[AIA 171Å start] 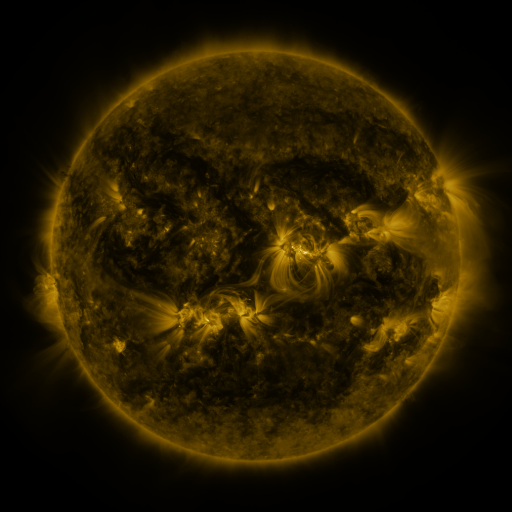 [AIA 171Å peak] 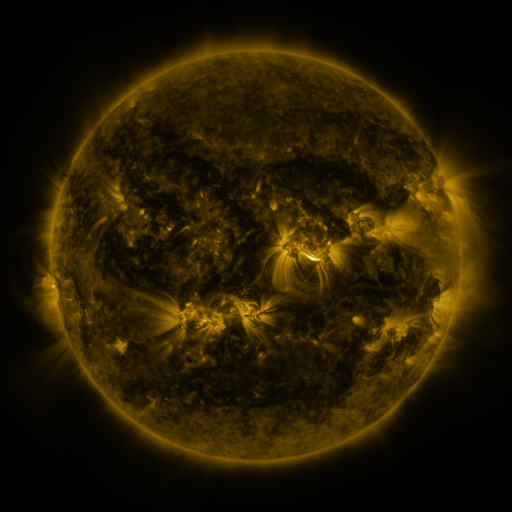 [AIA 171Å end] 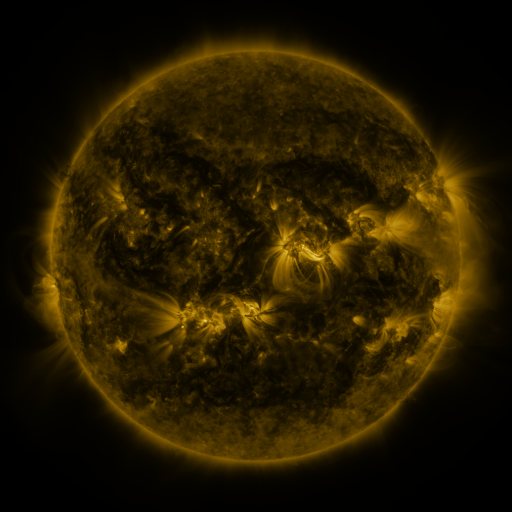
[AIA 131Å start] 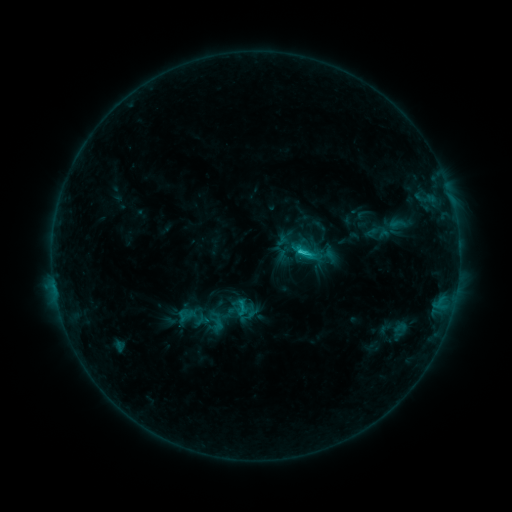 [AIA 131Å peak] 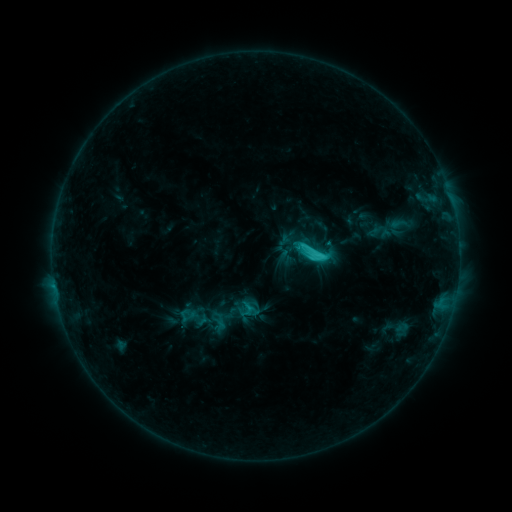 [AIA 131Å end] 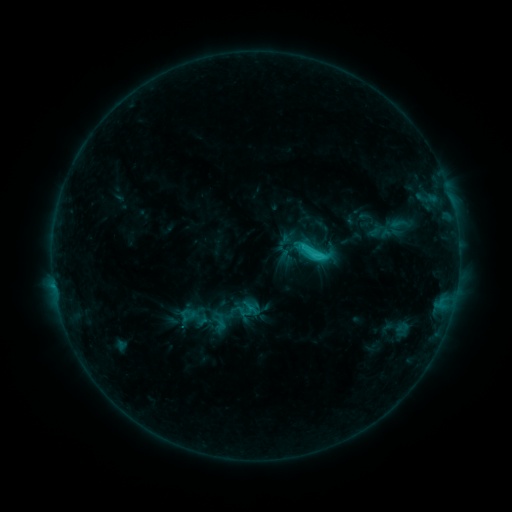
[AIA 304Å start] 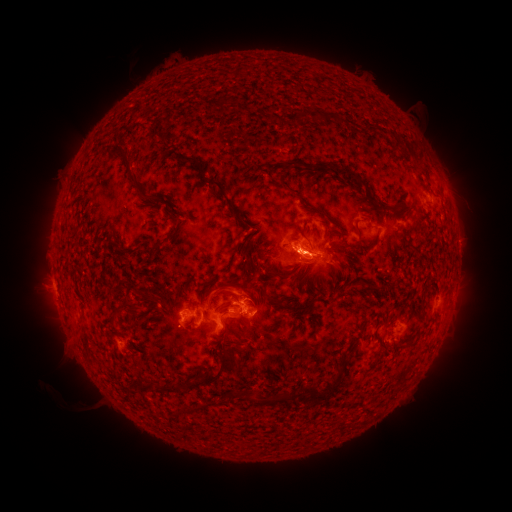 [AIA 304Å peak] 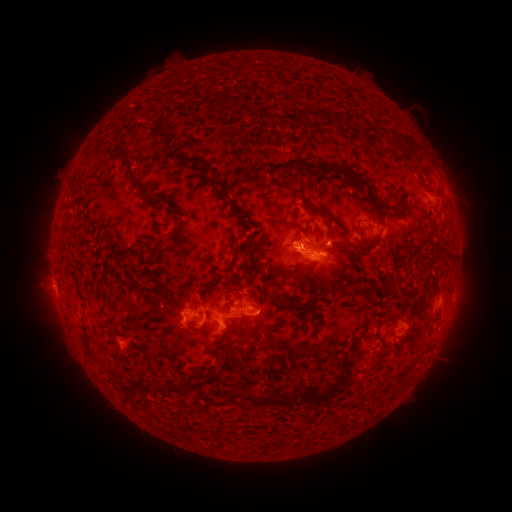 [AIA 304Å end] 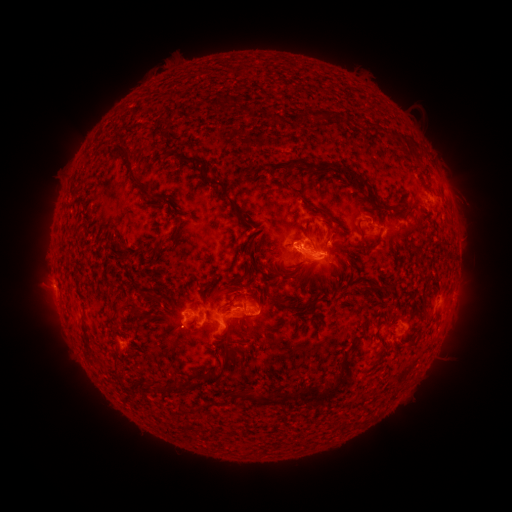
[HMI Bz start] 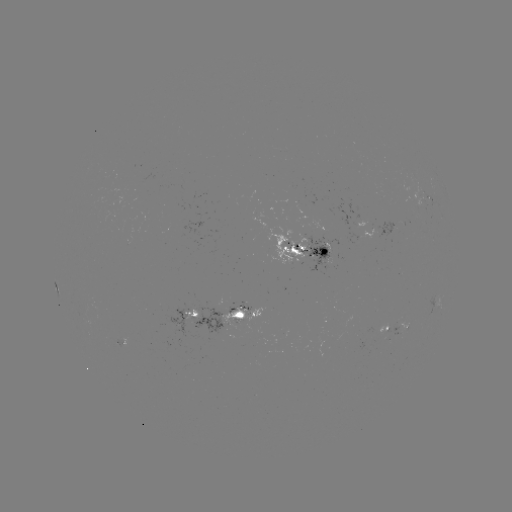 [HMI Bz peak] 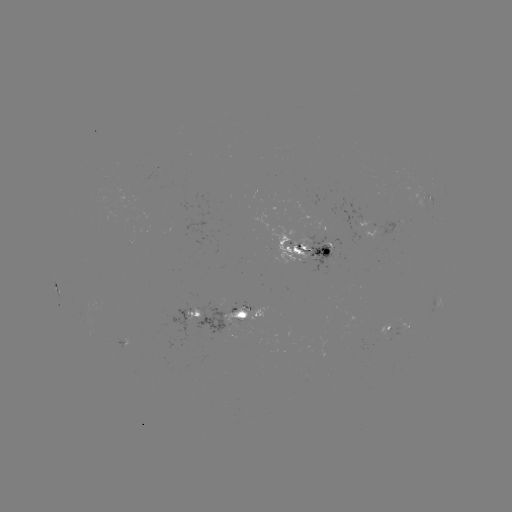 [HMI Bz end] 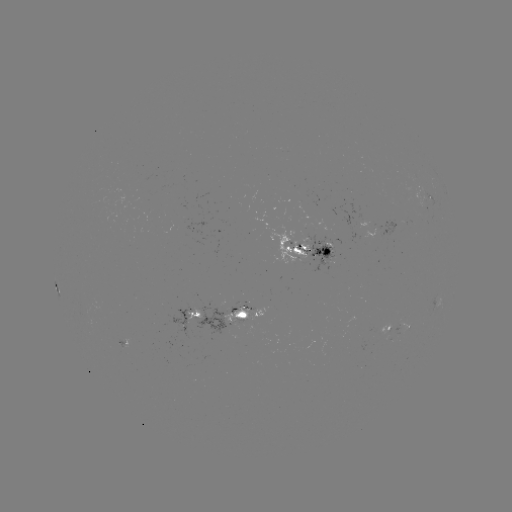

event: emerging-flux region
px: (405, 321)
